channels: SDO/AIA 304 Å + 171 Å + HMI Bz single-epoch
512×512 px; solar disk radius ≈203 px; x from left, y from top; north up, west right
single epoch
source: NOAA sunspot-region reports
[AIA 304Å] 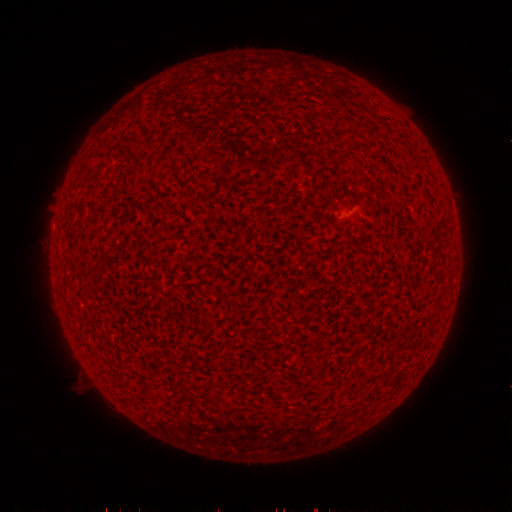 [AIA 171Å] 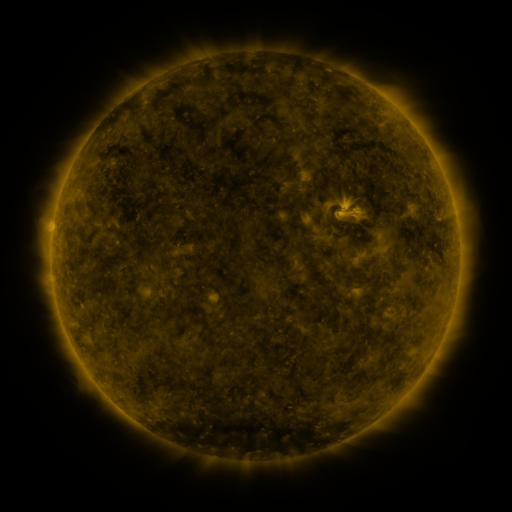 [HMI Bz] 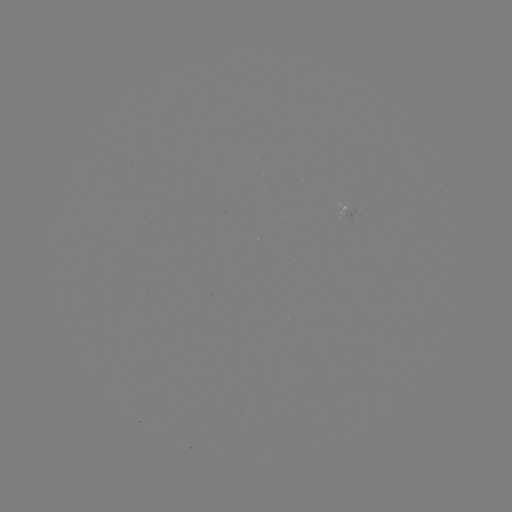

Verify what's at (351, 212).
spotted active region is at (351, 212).